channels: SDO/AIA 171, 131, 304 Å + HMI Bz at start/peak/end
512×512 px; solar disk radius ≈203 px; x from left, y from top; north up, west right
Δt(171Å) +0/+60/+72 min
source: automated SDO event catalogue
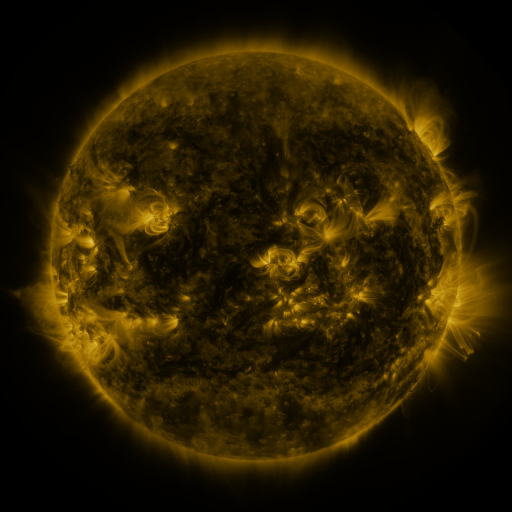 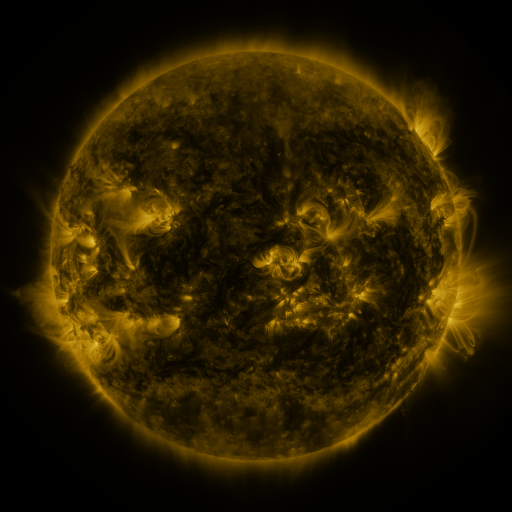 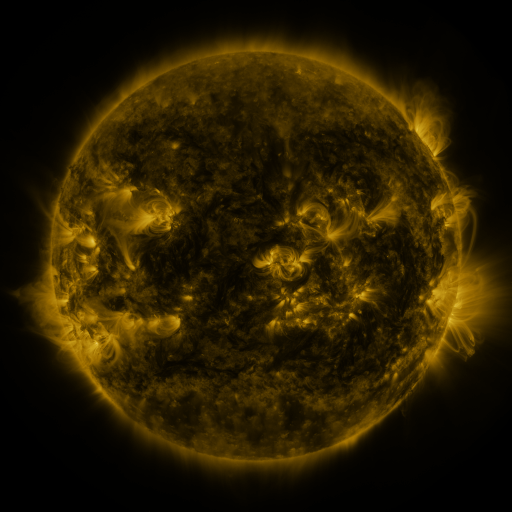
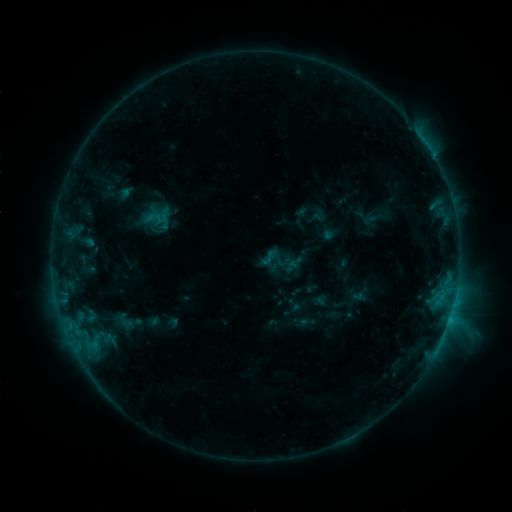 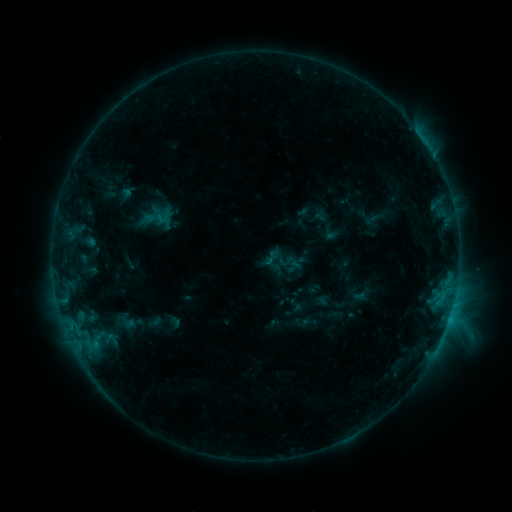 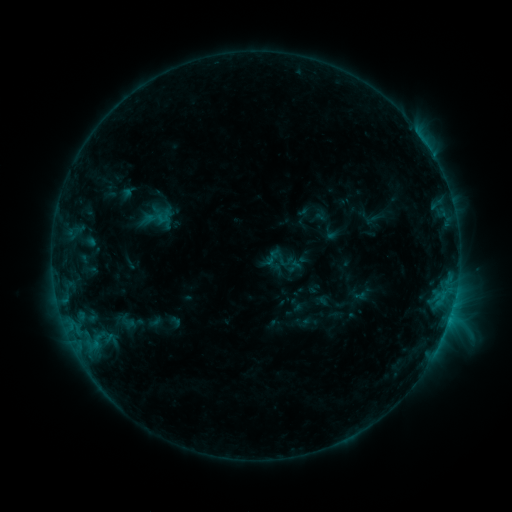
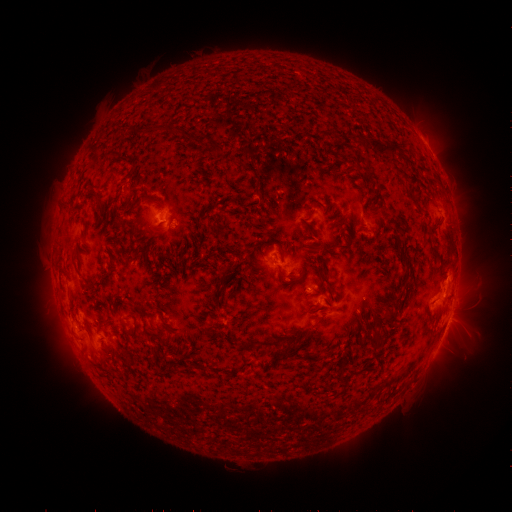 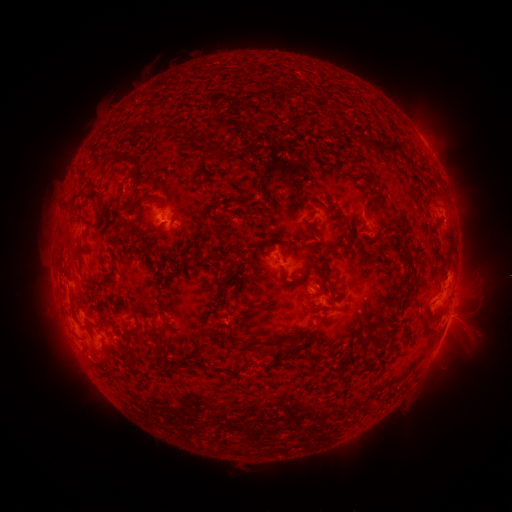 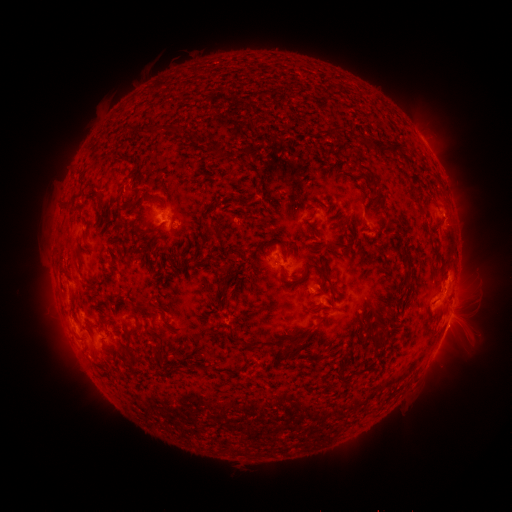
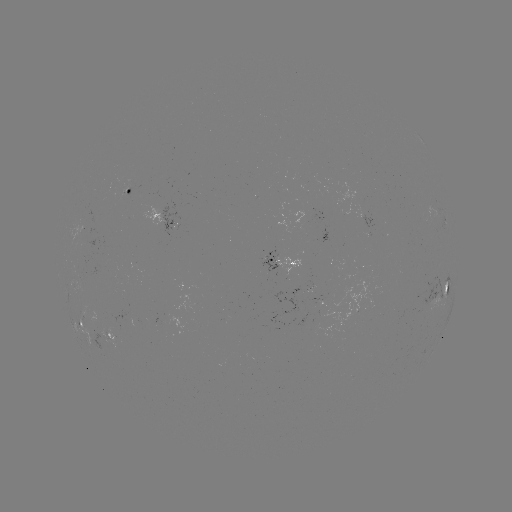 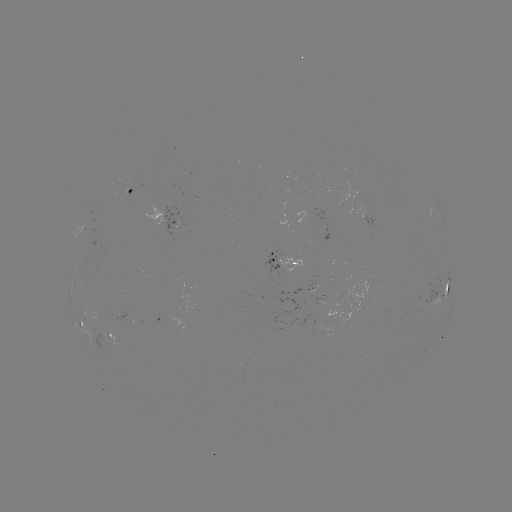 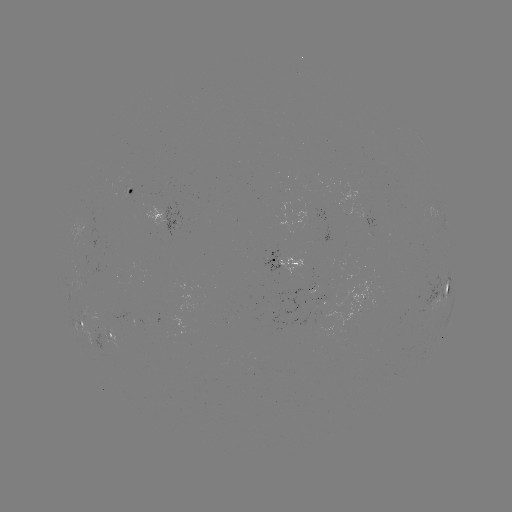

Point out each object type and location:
emerging-flux region: (102, 333)
